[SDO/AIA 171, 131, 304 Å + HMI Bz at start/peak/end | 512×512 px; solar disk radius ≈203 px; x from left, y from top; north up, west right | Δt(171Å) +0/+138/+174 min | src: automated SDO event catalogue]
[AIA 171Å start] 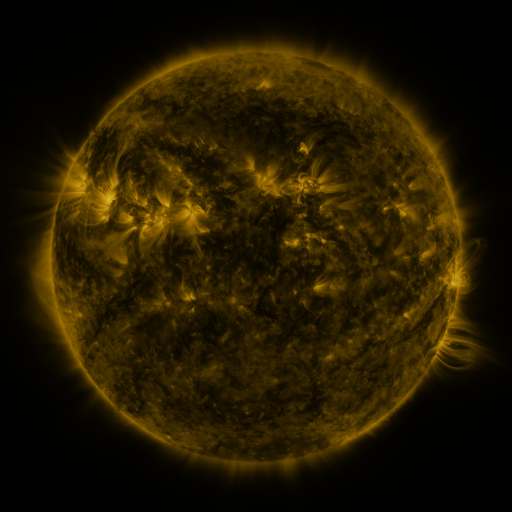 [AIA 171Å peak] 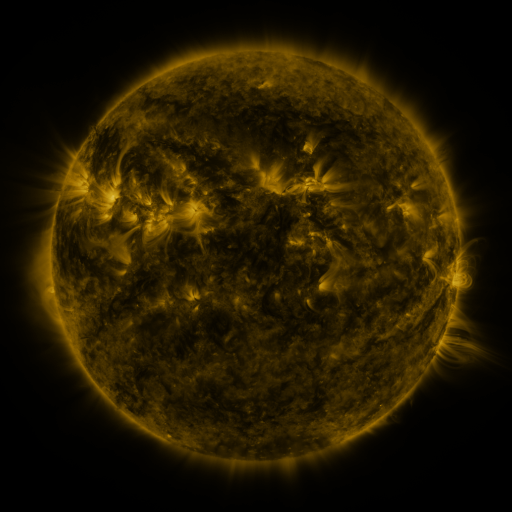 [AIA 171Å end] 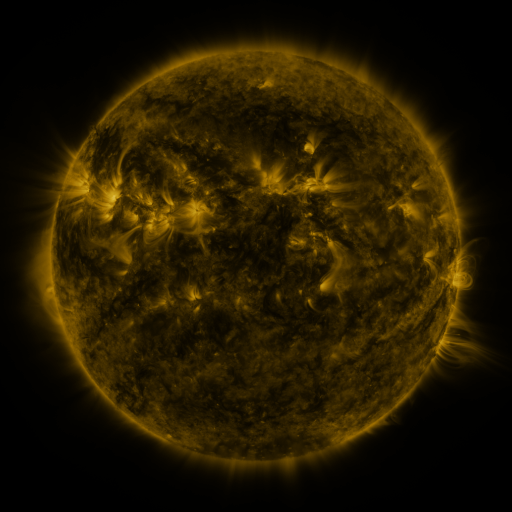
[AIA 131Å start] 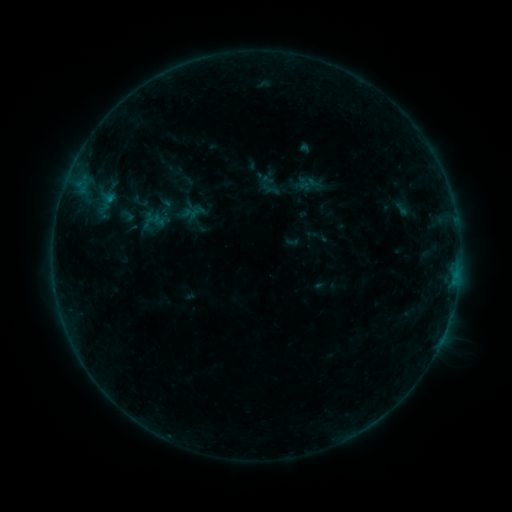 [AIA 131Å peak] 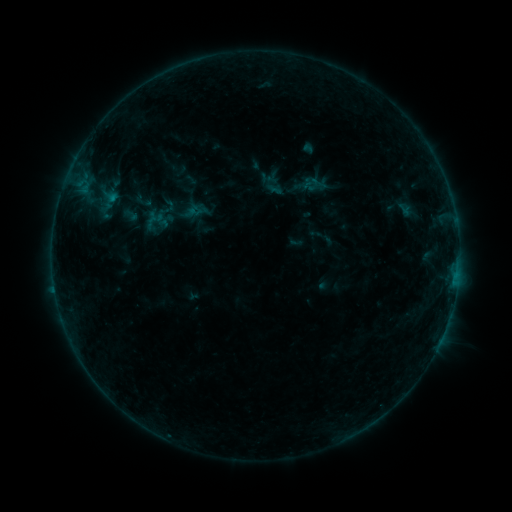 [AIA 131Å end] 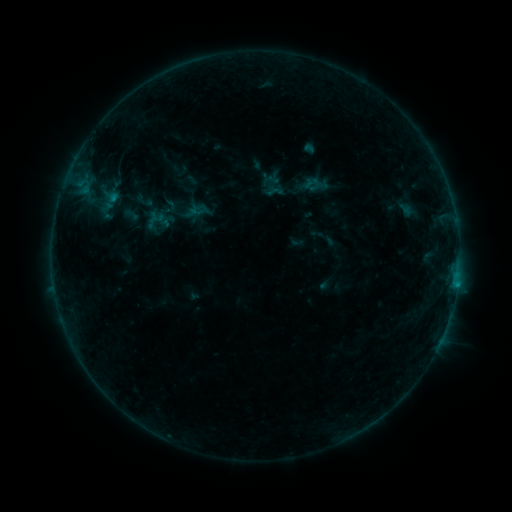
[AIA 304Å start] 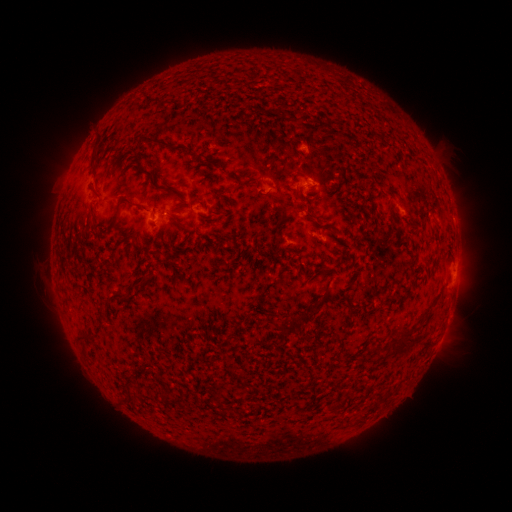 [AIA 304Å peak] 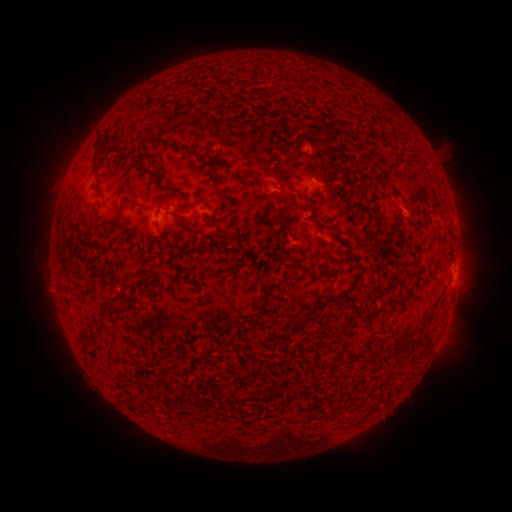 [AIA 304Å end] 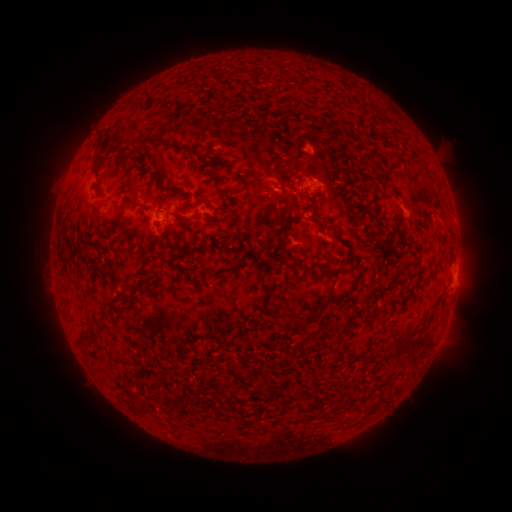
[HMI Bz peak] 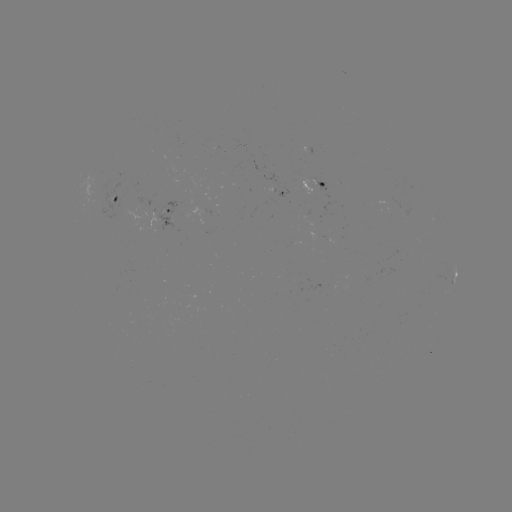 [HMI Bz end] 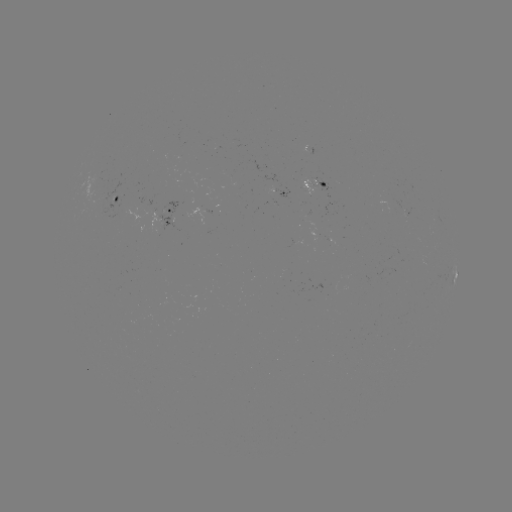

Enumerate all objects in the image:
emerging-flux region: (229, 159)
